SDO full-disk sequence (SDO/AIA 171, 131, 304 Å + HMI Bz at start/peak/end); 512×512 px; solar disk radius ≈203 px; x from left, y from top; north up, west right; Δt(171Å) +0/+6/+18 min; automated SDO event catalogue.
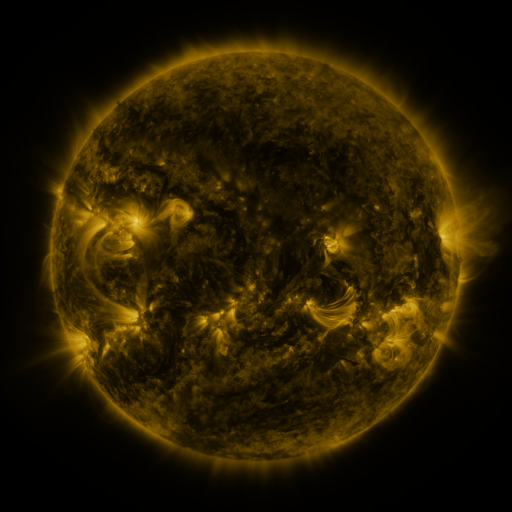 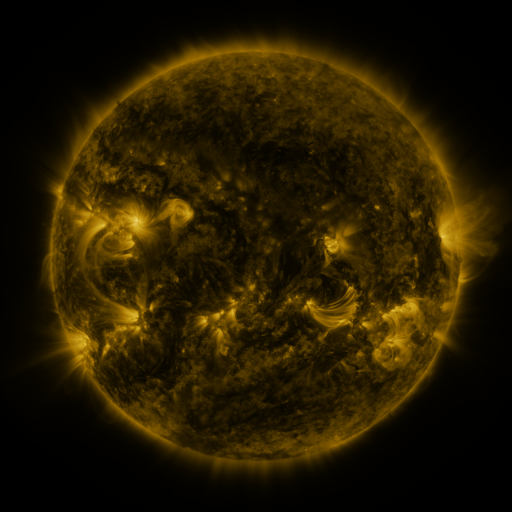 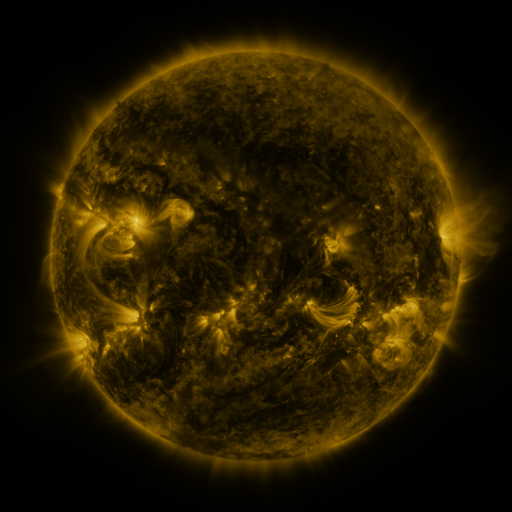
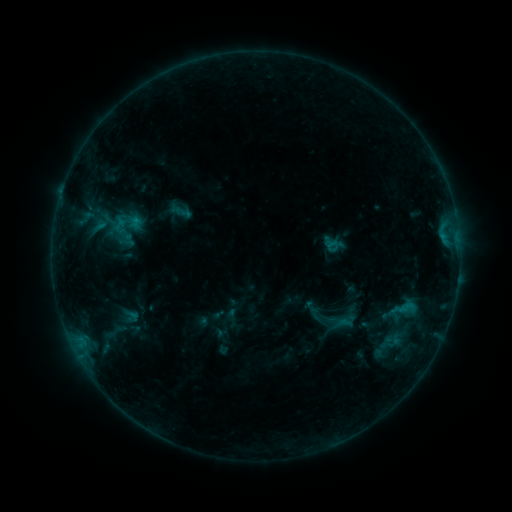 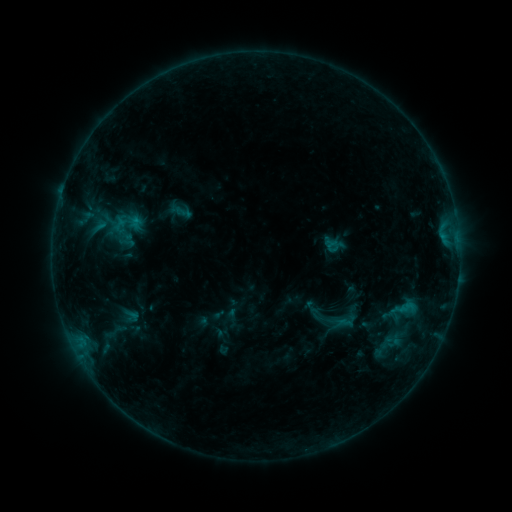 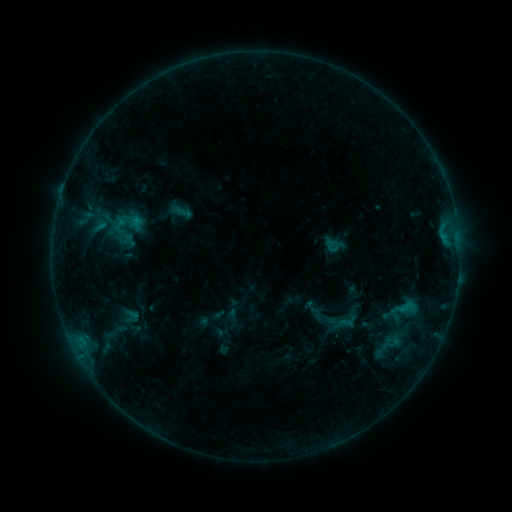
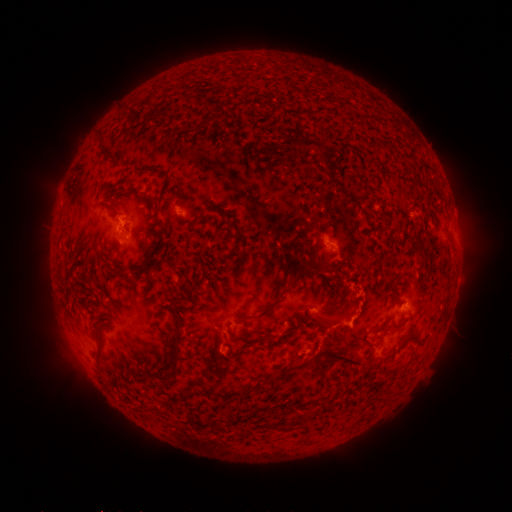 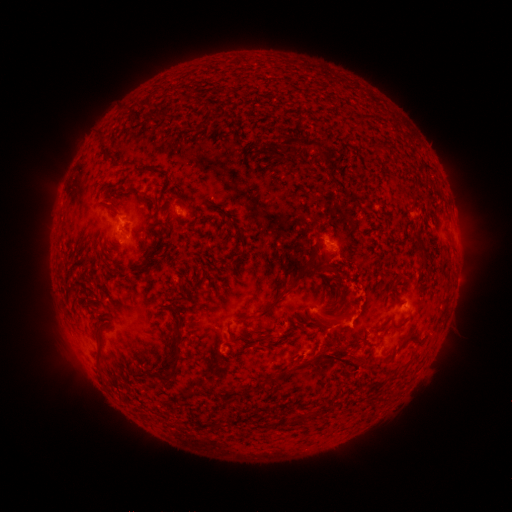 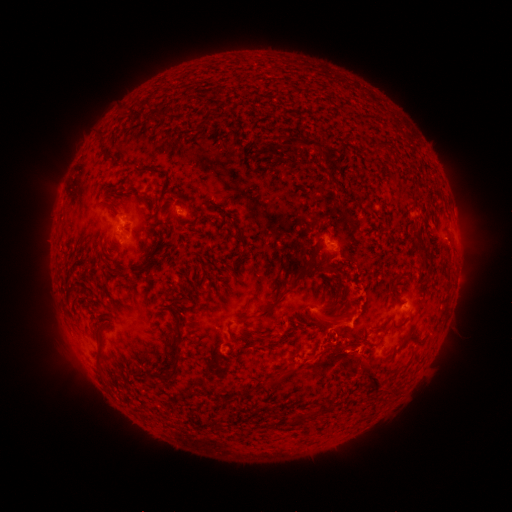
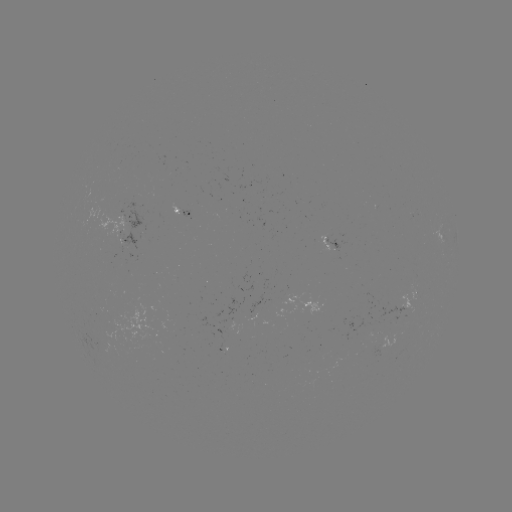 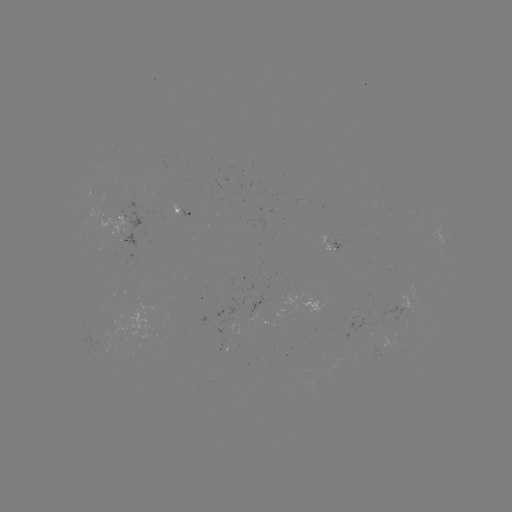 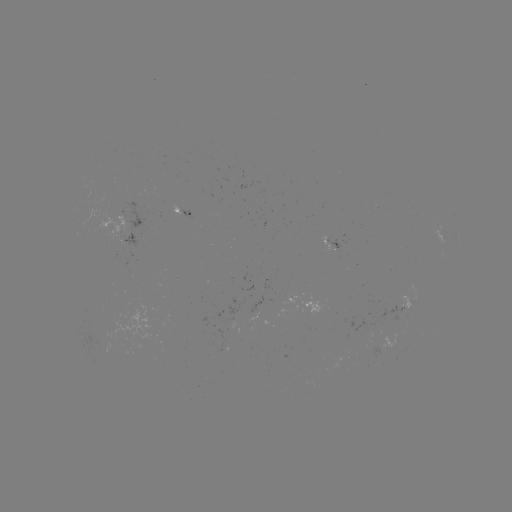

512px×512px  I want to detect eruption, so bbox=[311, 344, 393, 401].